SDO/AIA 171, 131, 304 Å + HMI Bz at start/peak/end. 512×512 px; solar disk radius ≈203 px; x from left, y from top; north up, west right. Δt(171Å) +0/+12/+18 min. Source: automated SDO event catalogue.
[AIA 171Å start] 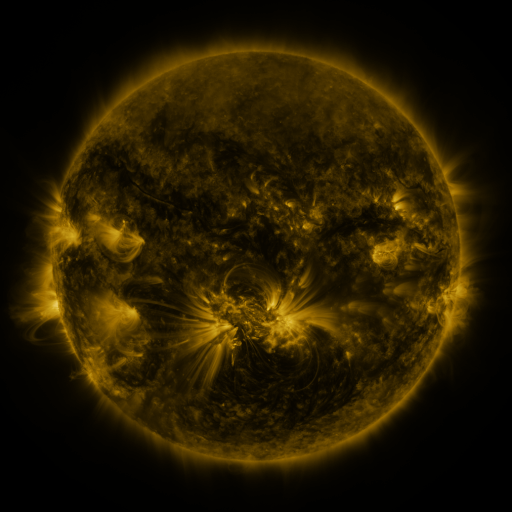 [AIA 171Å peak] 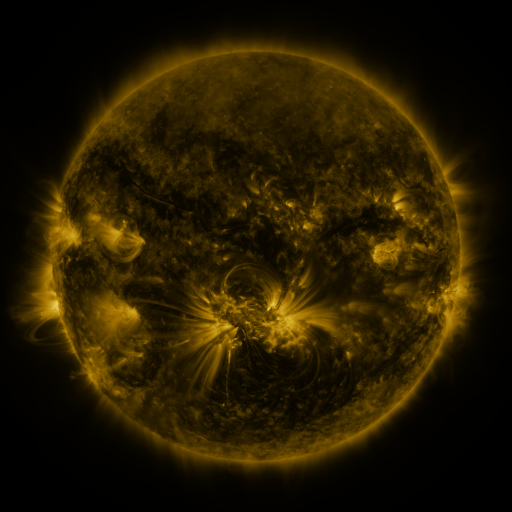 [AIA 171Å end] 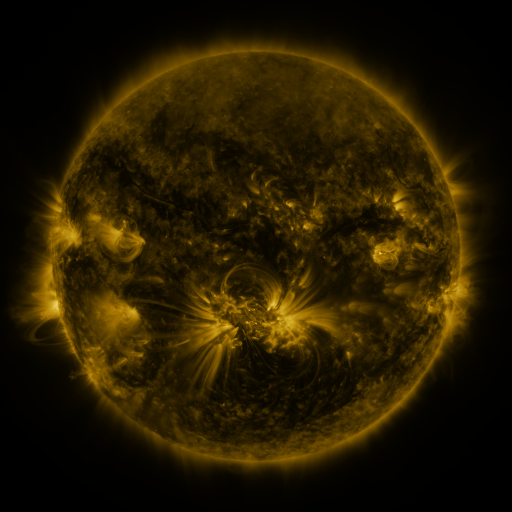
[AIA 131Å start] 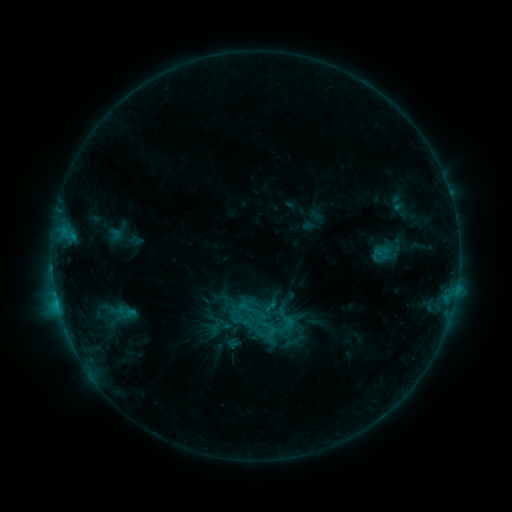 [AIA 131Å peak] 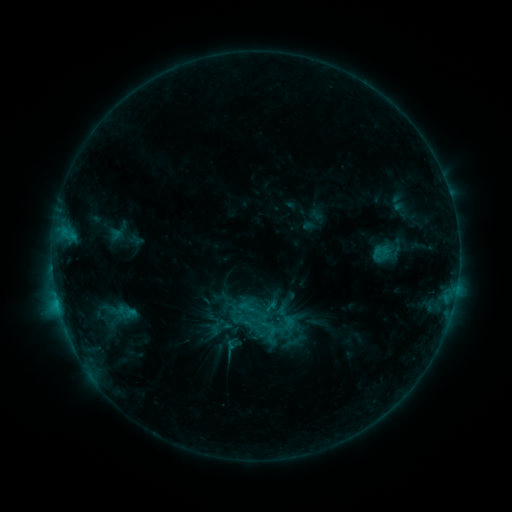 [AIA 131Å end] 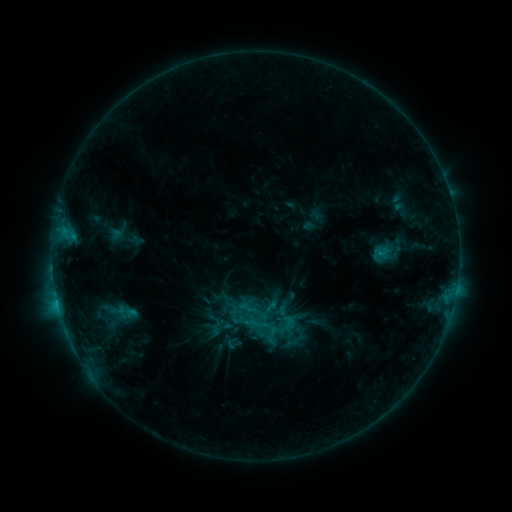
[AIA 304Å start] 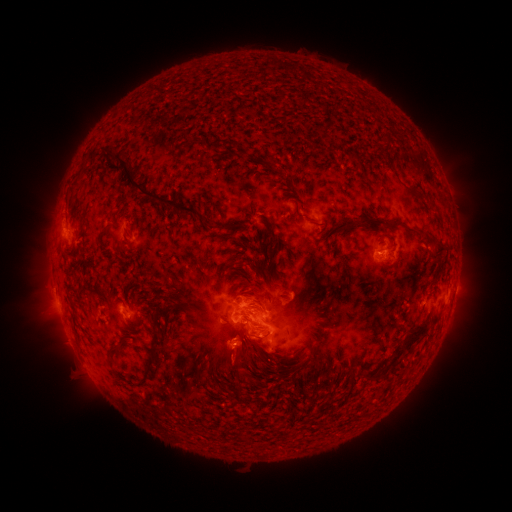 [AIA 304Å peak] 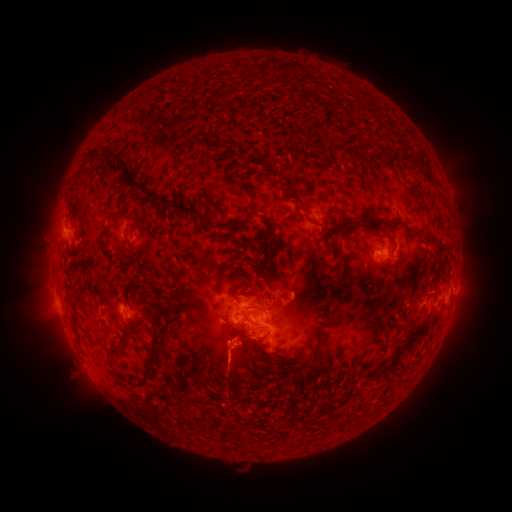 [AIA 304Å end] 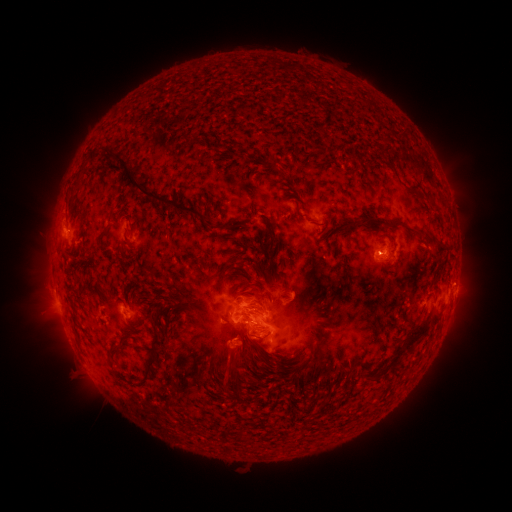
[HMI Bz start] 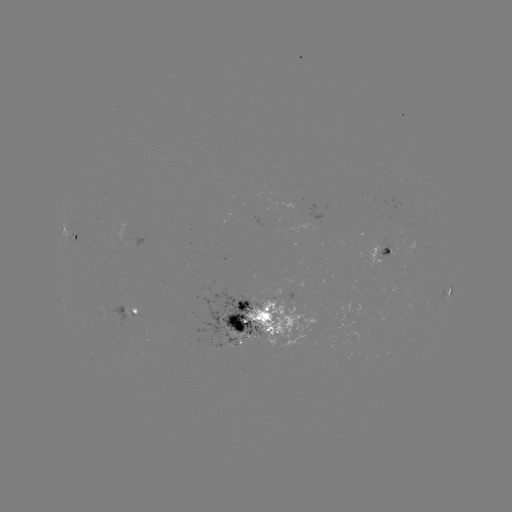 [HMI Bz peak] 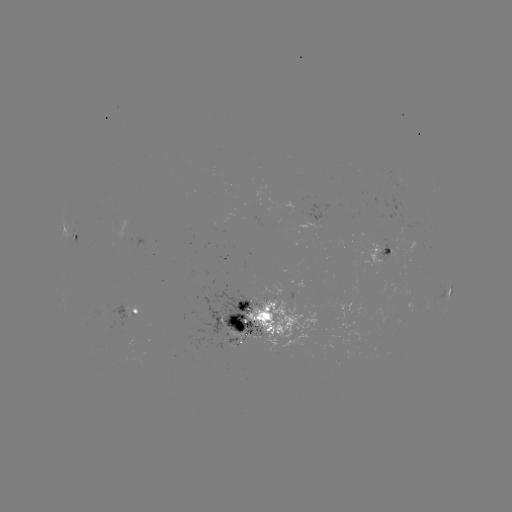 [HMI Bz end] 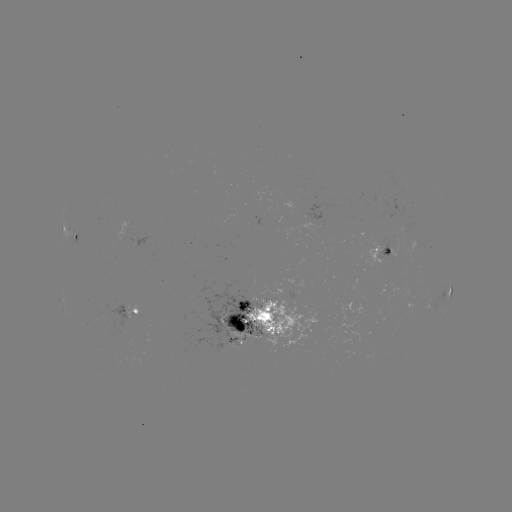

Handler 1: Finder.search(eruption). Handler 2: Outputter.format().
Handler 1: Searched eruption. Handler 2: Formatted (227, 368).